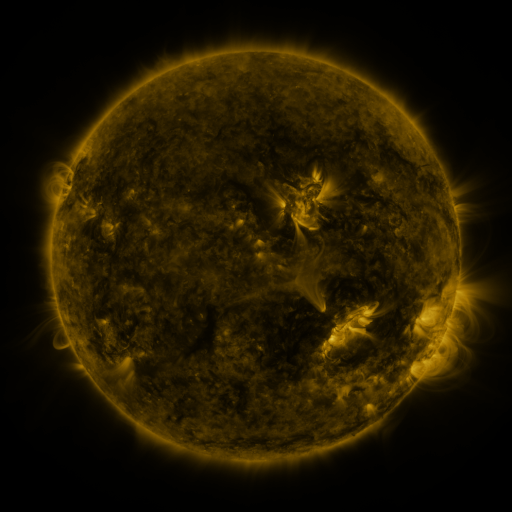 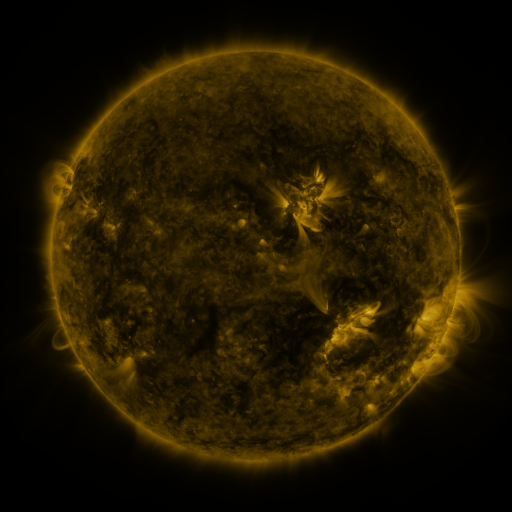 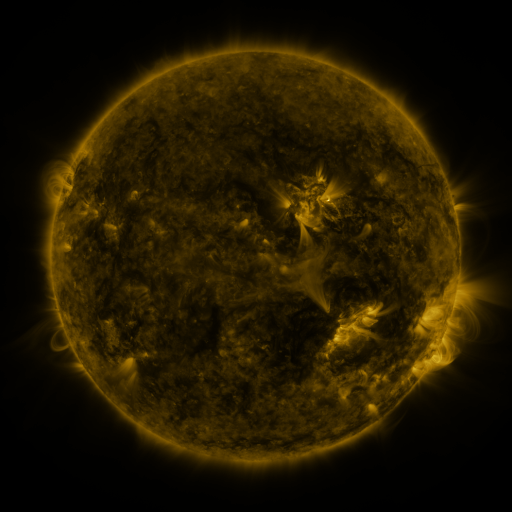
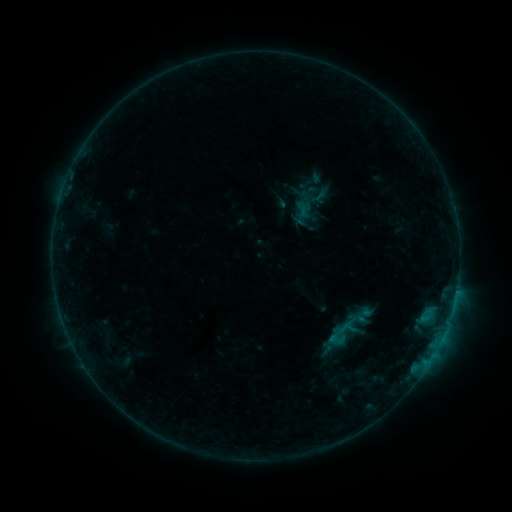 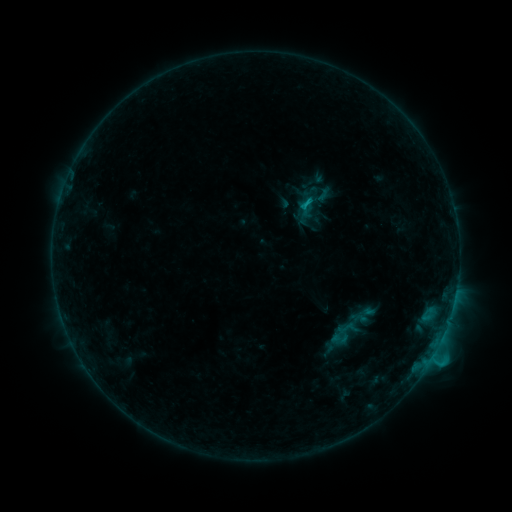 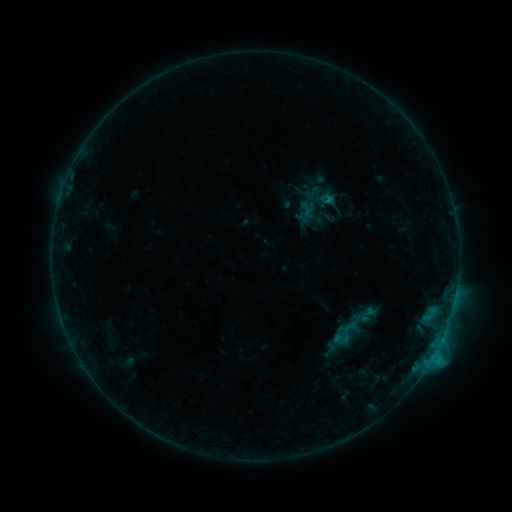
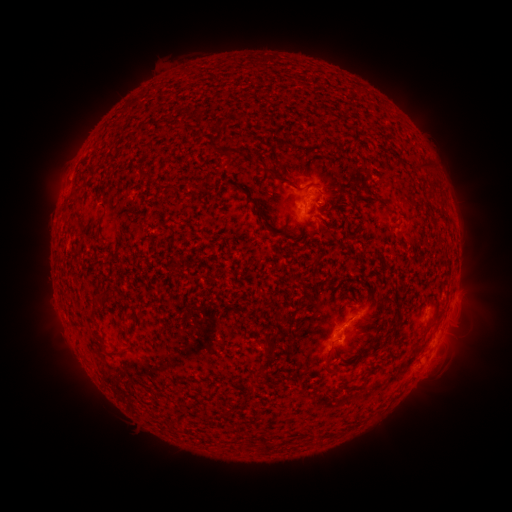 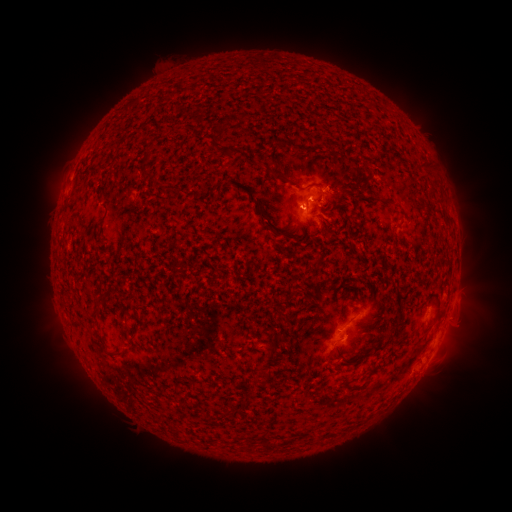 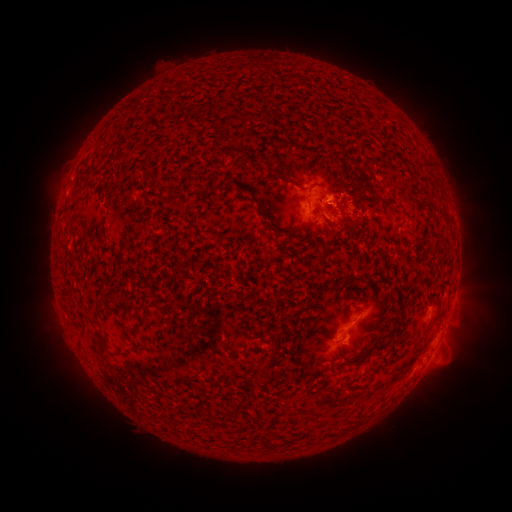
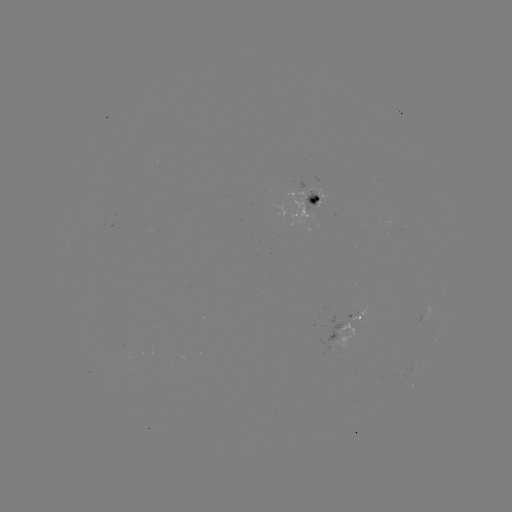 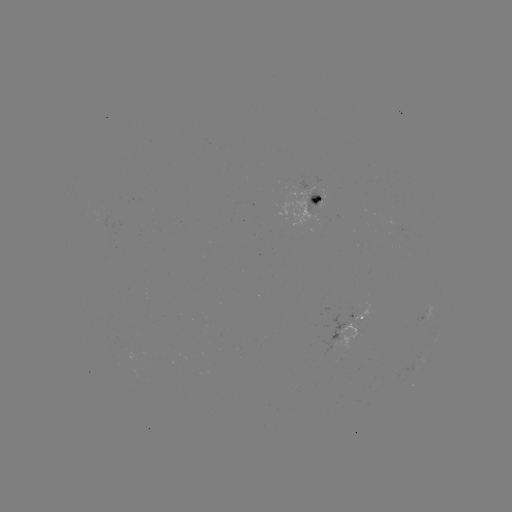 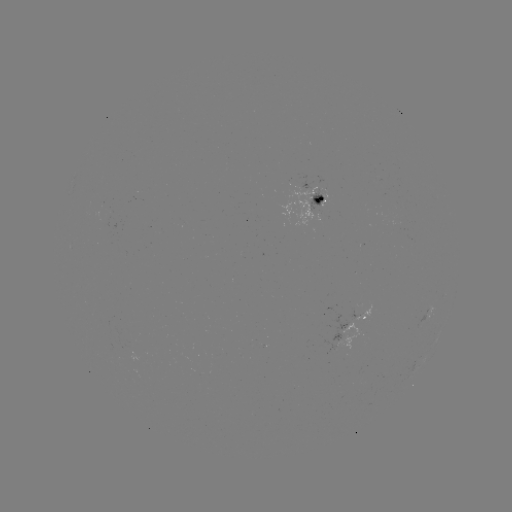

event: flare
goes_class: C1.2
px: (305, 204)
